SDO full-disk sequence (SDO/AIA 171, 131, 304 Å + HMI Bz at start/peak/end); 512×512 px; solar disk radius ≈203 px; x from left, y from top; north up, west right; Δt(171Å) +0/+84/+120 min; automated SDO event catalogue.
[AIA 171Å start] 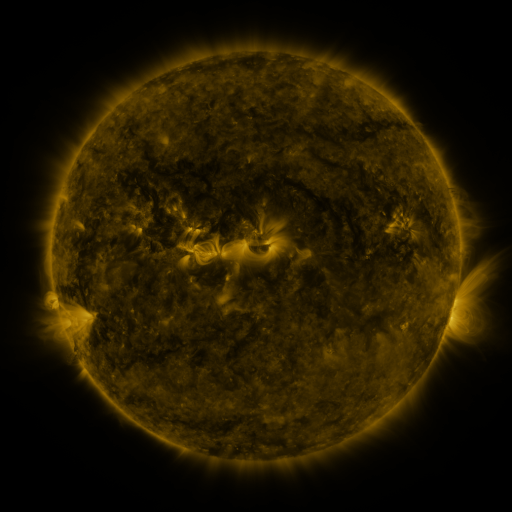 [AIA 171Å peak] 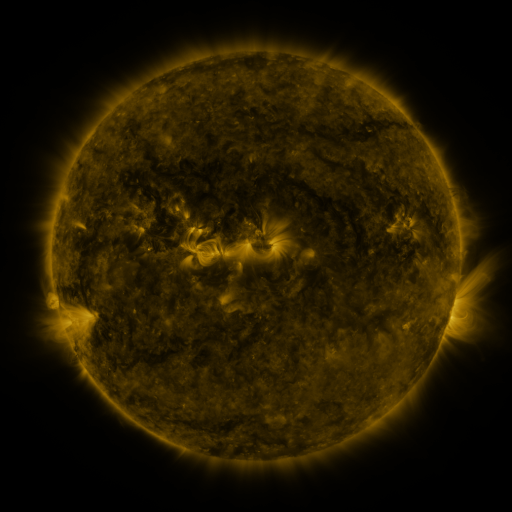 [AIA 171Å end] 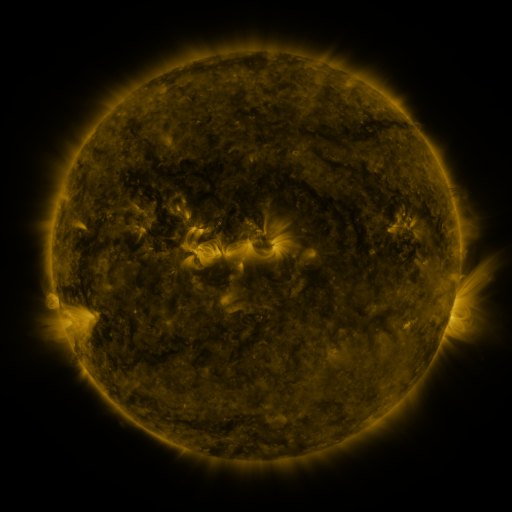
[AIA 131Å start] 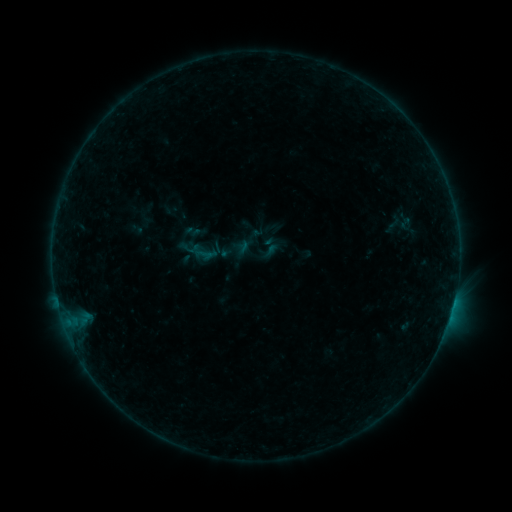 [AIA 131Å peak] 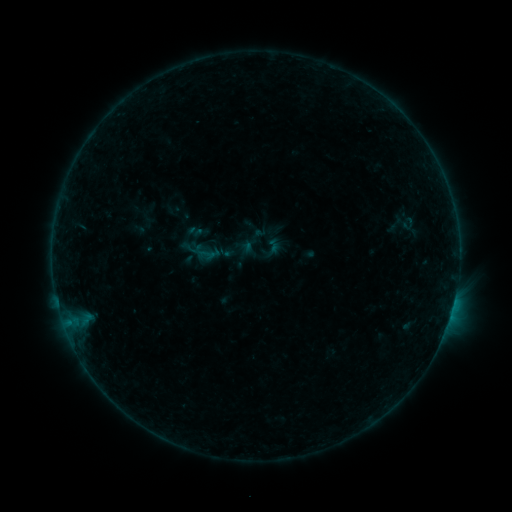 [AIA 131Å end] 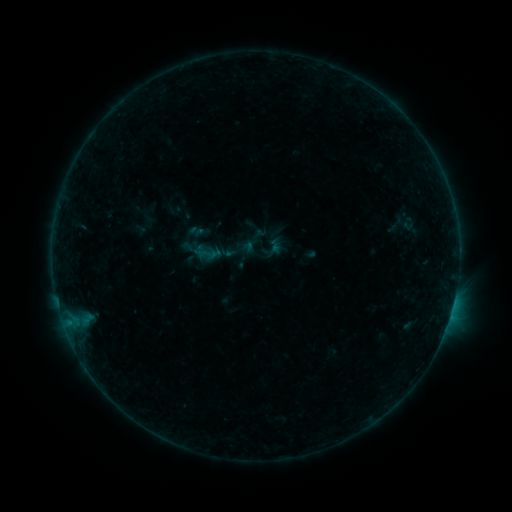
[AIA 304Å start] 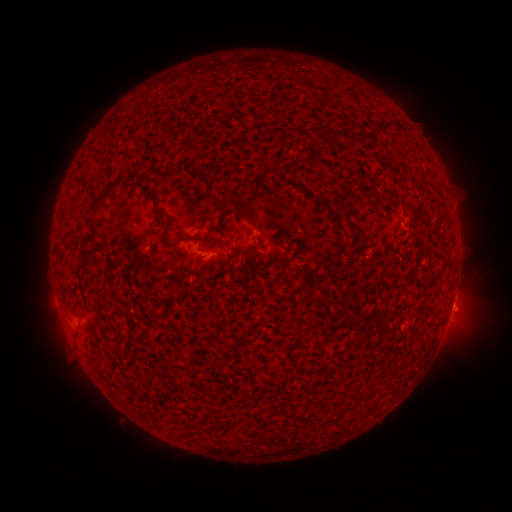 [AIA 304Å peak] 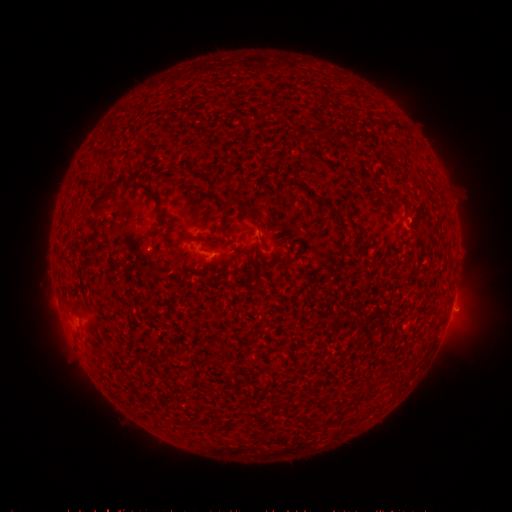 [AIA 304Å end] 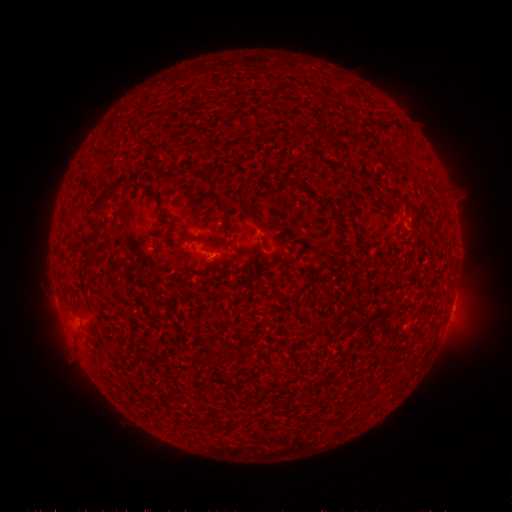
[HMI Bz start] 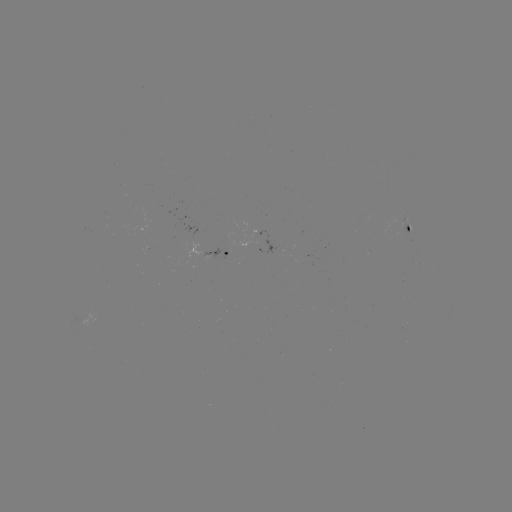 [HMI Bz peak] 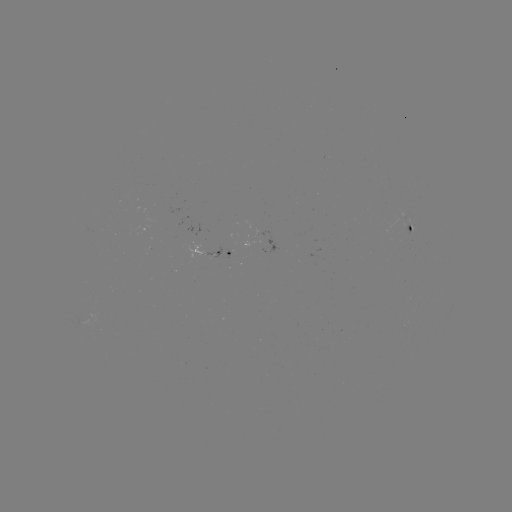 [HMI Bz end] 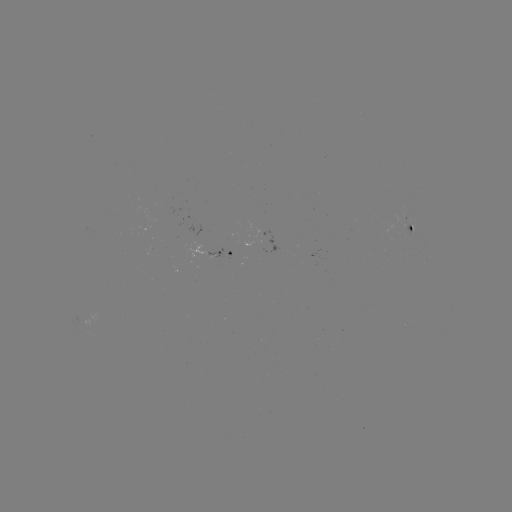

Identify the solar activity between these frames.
emerging-flux region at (399, 221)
